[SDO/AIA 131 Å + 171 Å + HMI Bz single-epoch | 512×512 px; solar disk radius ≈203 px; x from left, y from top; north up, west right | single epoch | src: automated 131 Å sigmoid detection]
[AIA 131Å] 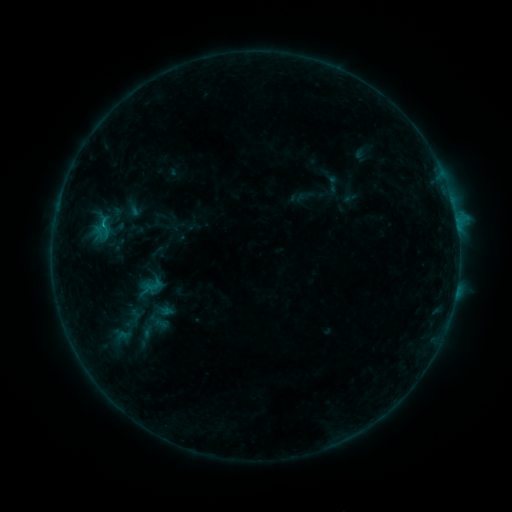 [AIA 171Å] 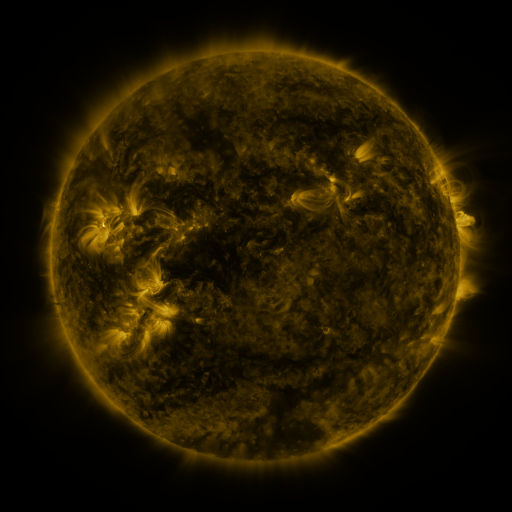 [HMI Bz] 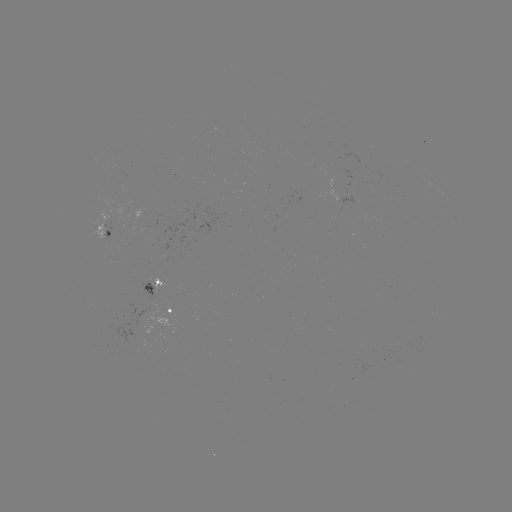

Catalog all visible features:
sigmoid: (333, 184)
